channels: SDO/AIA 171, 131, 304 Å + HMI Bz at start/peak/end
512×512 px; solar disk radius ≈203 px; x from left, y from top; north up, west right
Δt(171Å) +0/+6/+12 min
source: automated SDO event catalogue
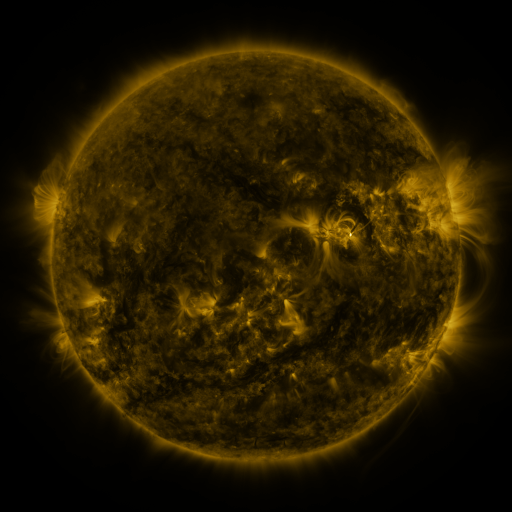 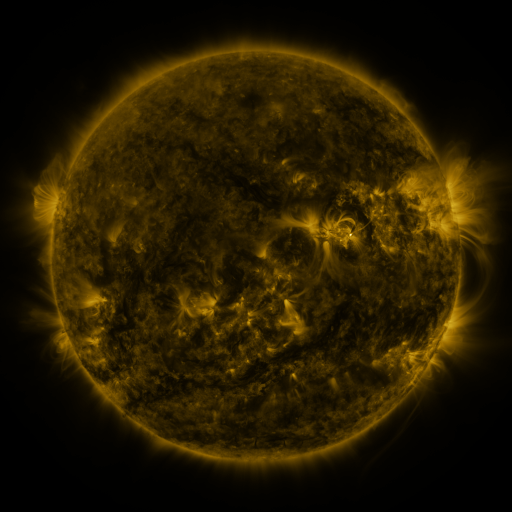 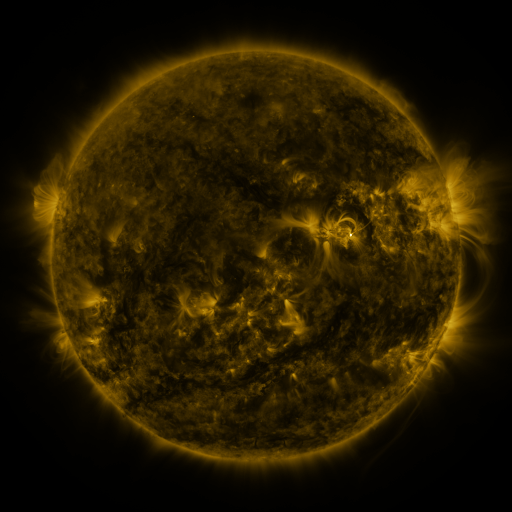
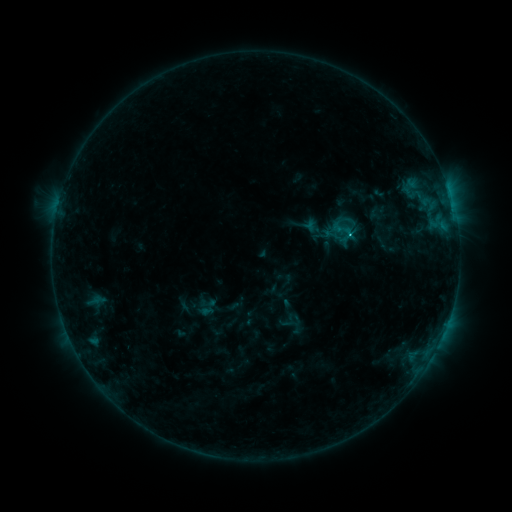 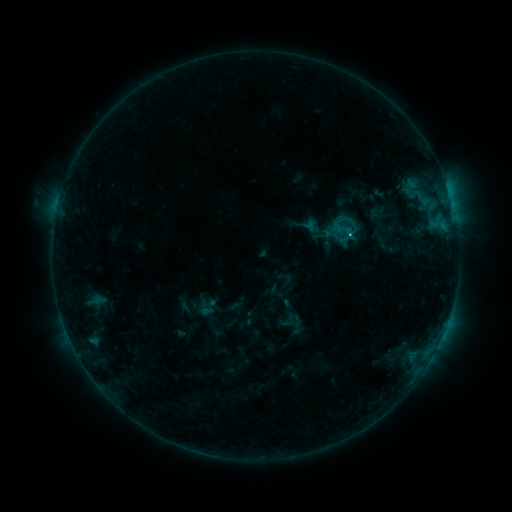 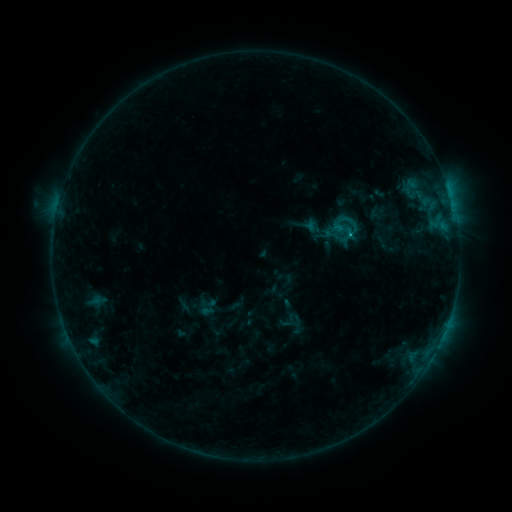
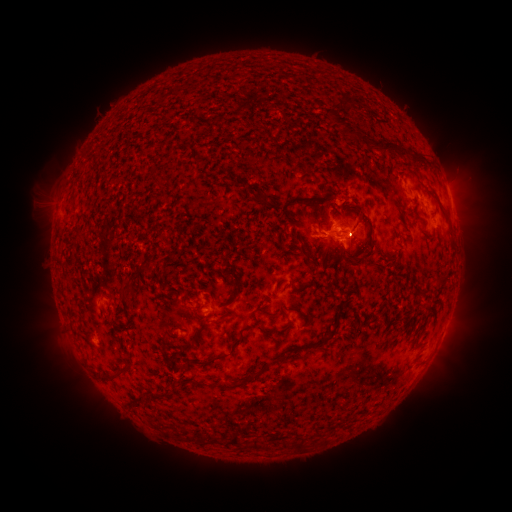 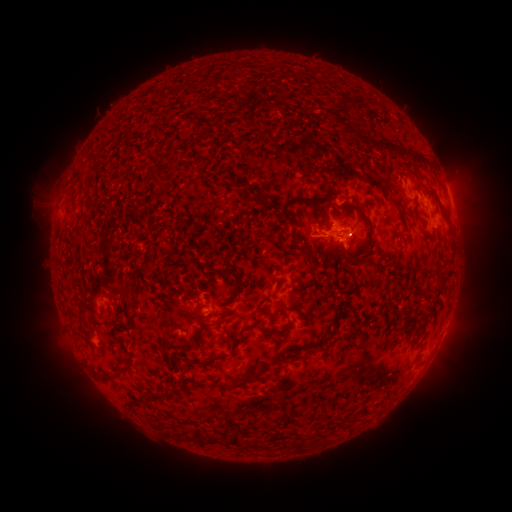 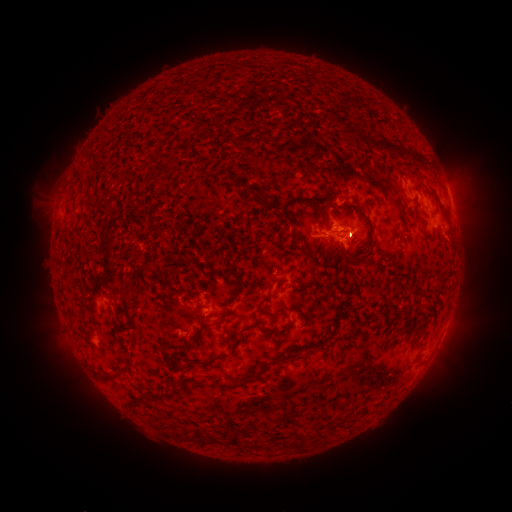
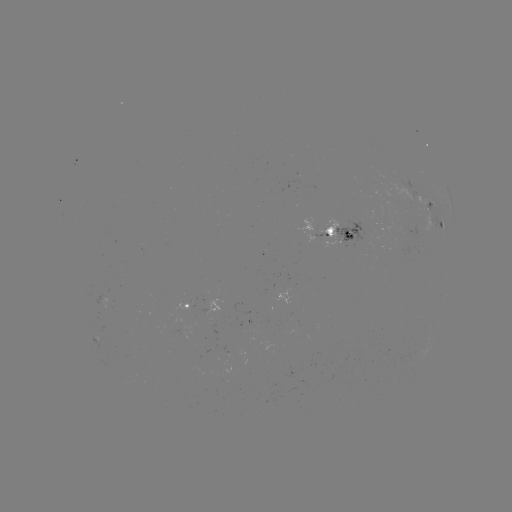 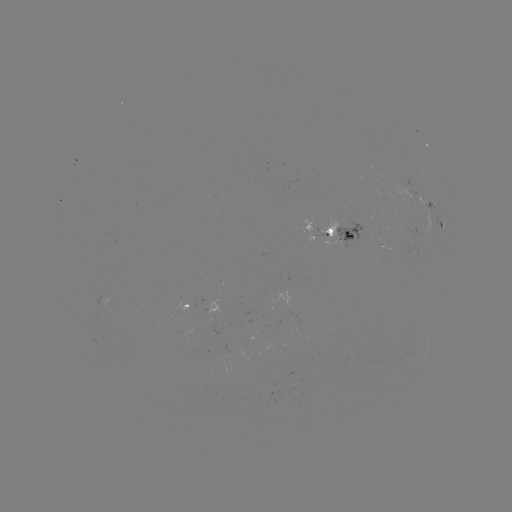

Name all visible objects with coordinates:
C1.0 flare: (335, 240)
